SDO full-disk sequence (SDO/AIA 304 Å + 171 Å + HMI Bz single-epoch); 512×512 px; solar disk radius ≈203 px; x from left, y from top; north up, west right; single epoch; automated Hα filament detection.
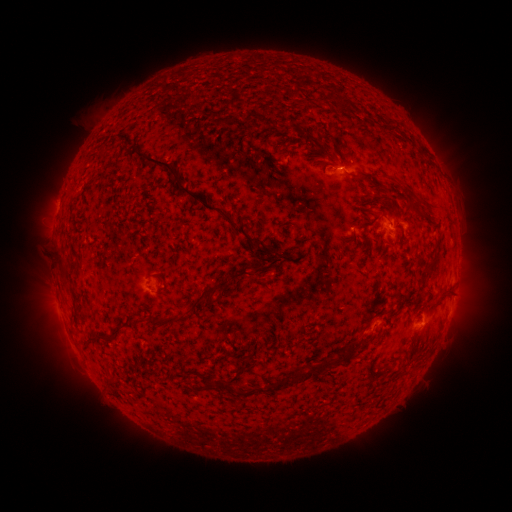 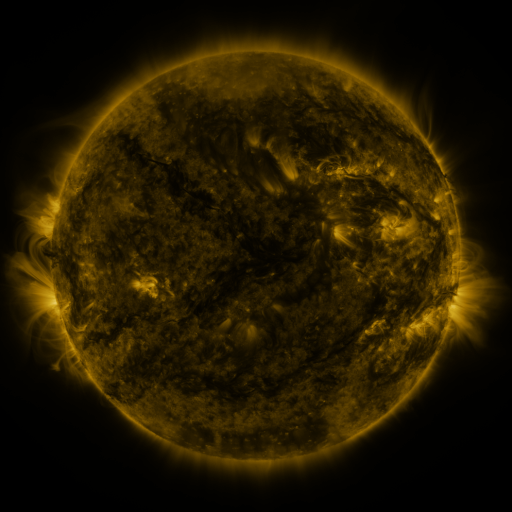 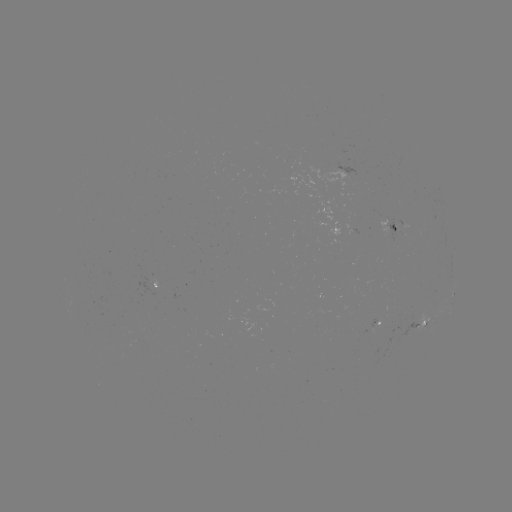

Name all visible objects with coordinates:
filament: (324, 99)
filament: (340, 102)
filament: (250, 115)
filament: (226, 120)
filament: (307, 139)
filament: (277, 143)
filament: (257, 166)
filament: (275, 174)
filament: (370, 175)
filament: (95, 179)
filament: (406, 190)
filament: (196, 198)
filament: (387, 202)
filament: (416, 209)
filament: (364, 224)
filament: (348, 241)
filament: (431, 262)
filament: (61, 265)
filament: (258, 266)
filament: (157, 277)
filament: (445, 291)
filament: (186, 316)
filament: (222, 316)
filament: (107, 338)
filament: (306, 375)
filament: (112, 382)
filament: (208, 385)
